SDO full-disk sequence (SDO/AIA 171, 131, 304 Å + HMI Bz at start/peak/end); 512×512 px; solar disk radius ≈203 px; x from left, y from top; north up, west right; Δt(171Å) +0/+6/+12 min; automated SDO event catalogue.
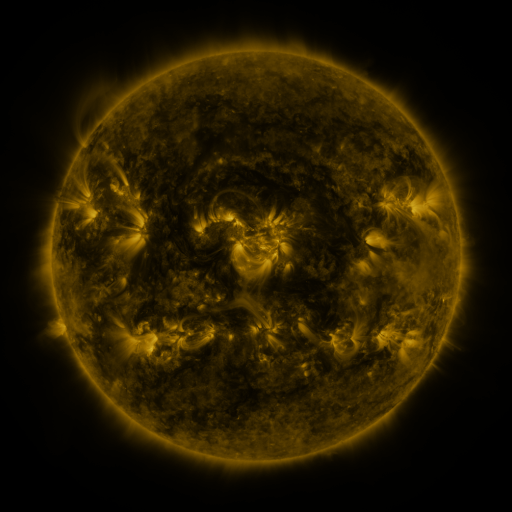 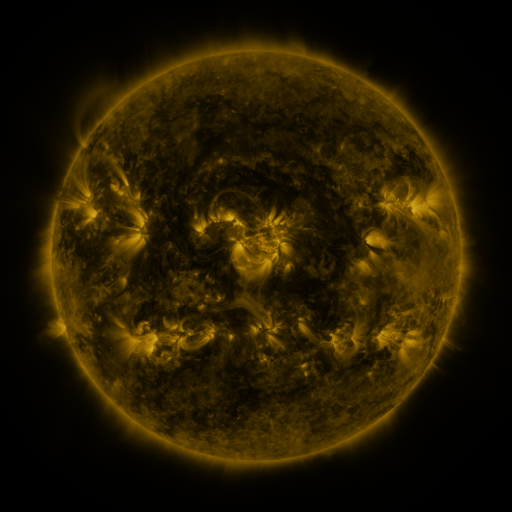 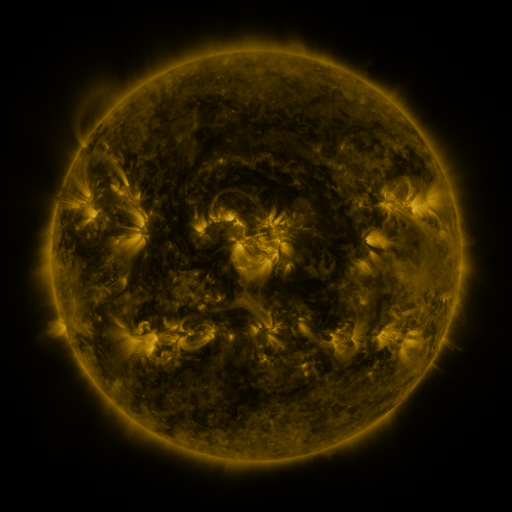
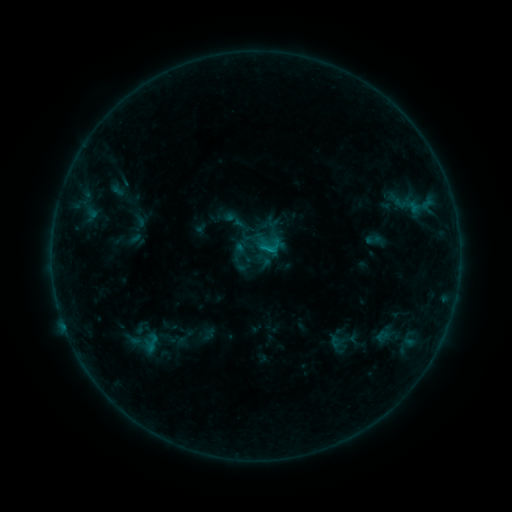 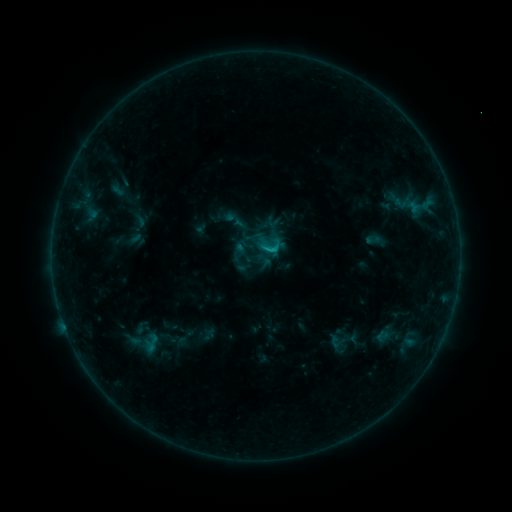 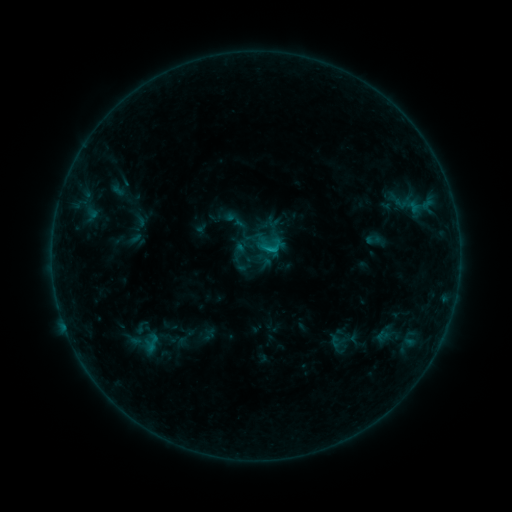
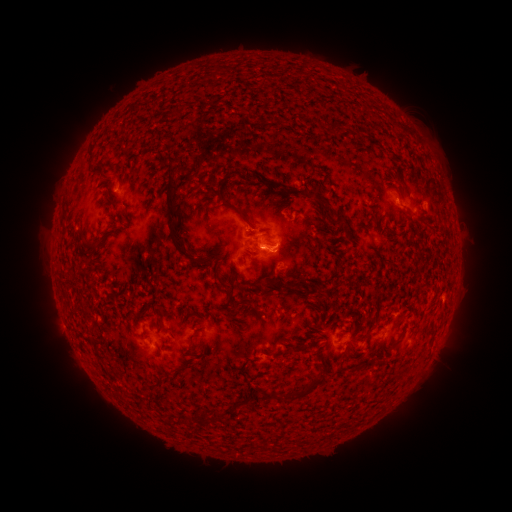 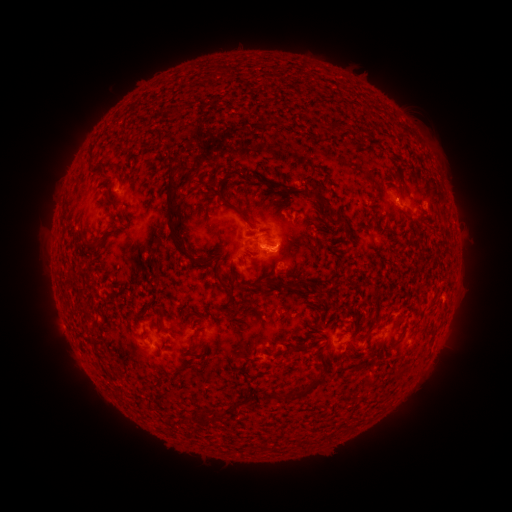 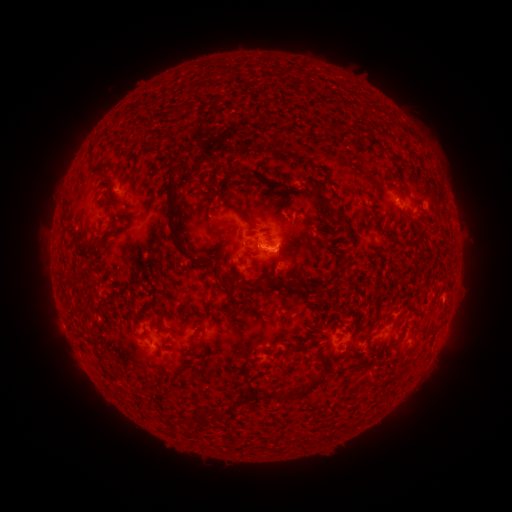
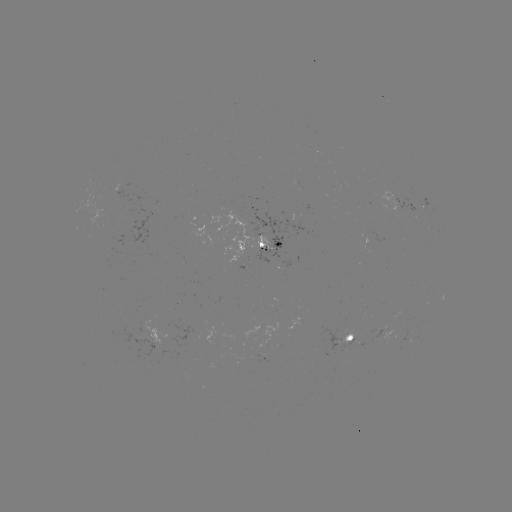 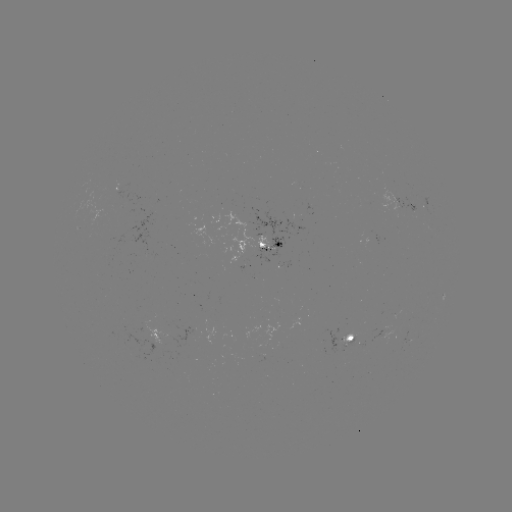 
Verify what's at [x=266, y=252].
B7.3 flare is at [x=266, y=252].